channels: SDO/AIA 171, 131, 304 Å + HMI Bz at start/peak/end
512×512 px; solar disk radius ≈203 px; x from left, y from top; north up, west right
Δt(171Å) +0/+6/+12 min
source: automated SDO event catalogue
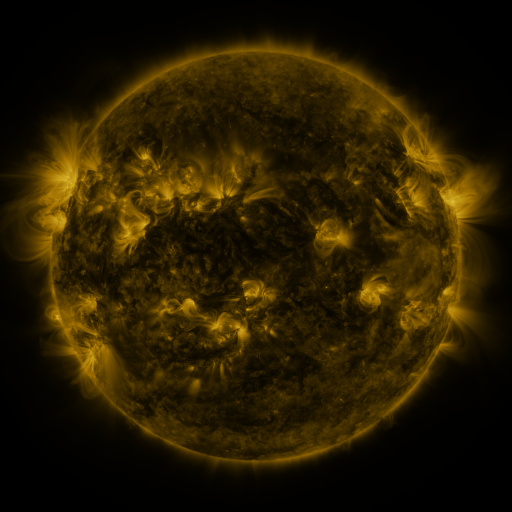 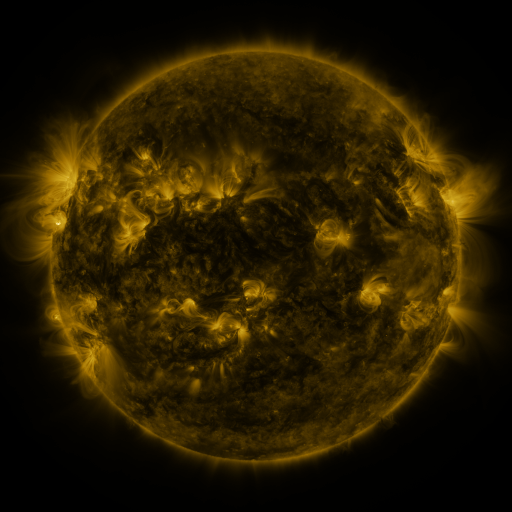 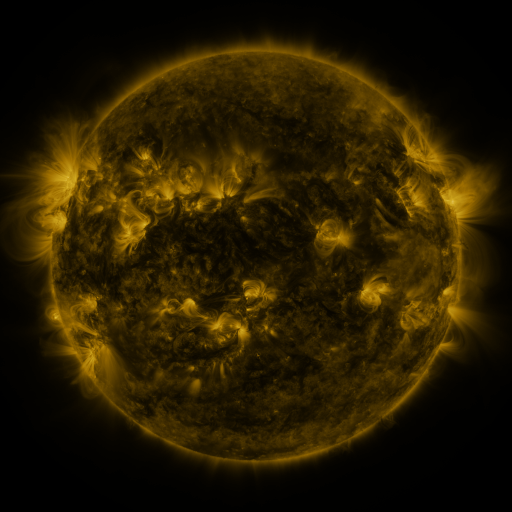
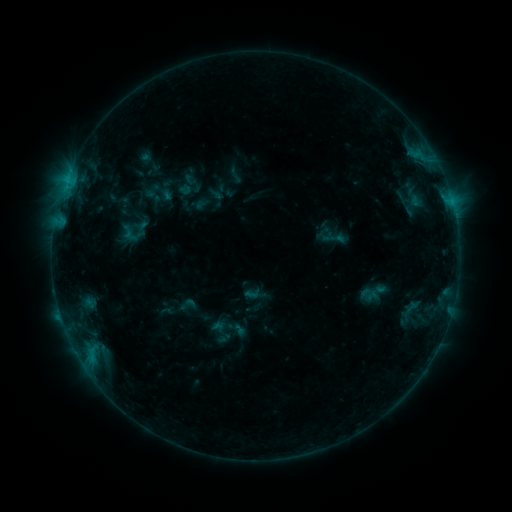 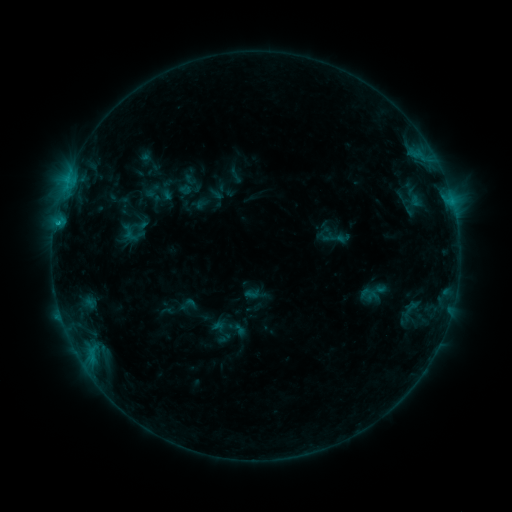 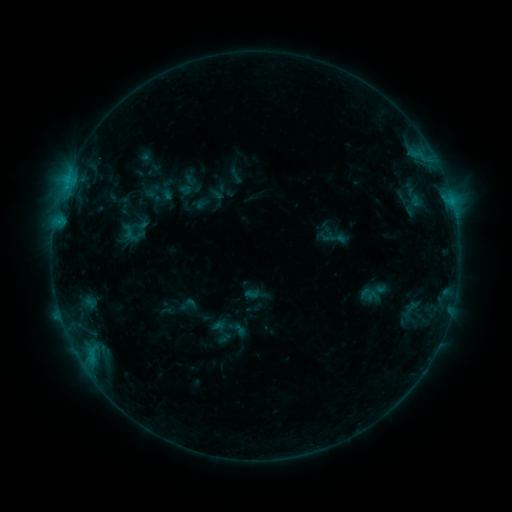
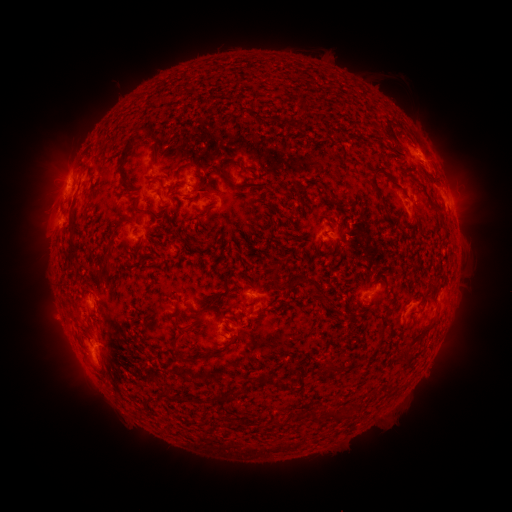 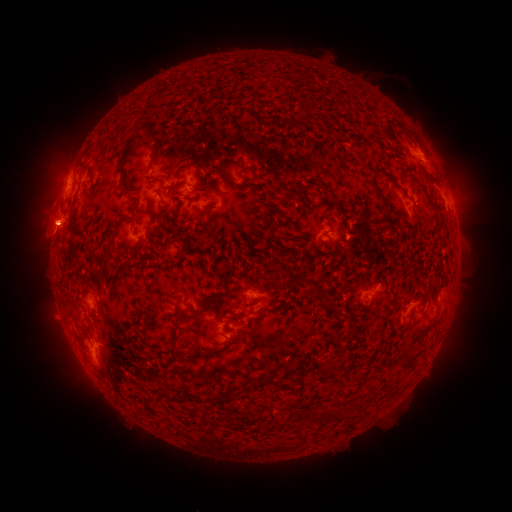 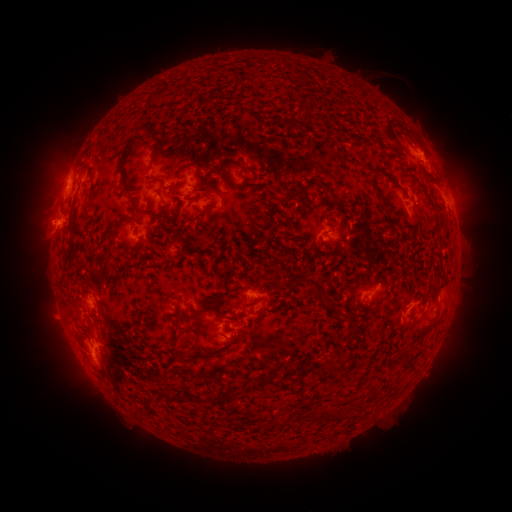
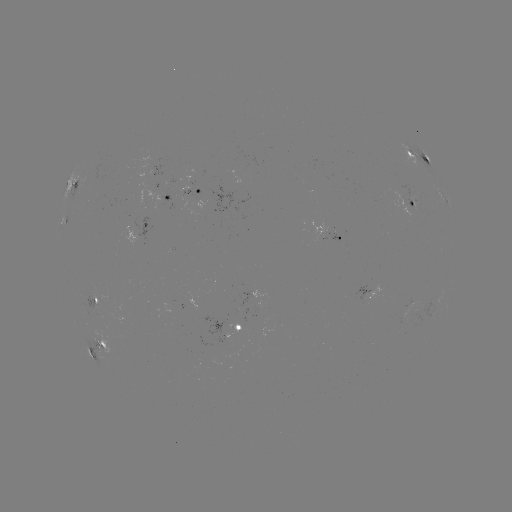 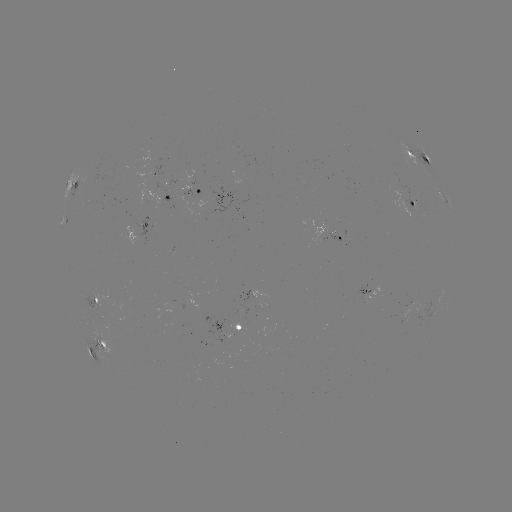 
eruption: (17, 196, 77, 264)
